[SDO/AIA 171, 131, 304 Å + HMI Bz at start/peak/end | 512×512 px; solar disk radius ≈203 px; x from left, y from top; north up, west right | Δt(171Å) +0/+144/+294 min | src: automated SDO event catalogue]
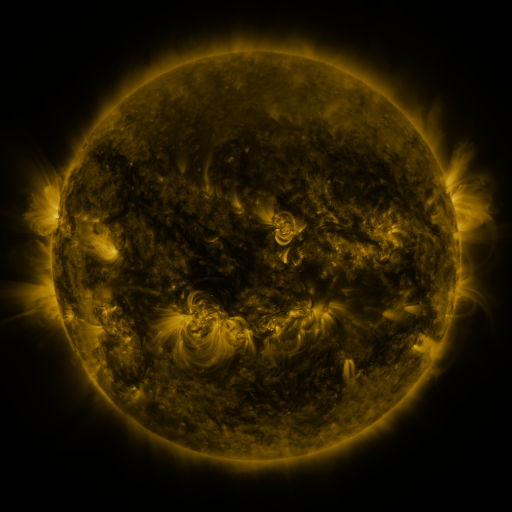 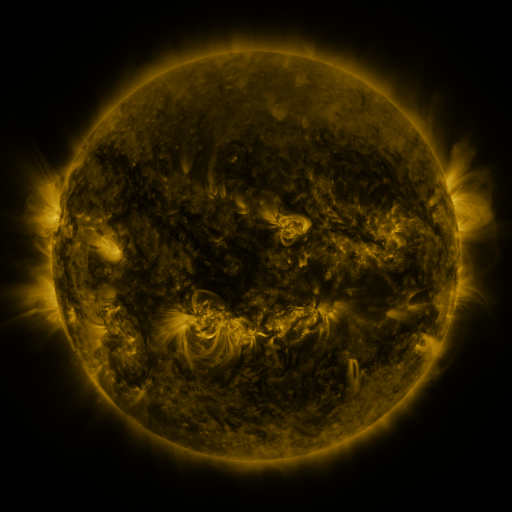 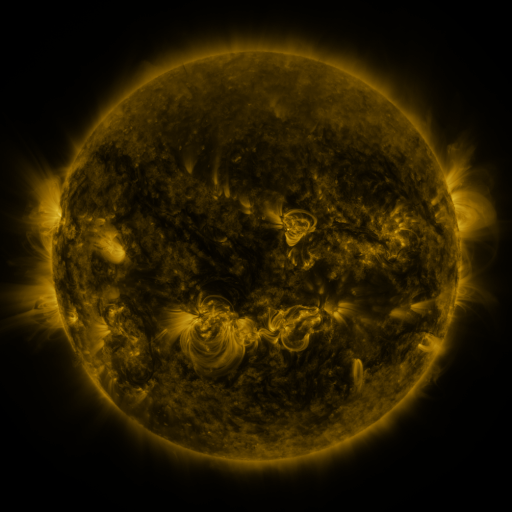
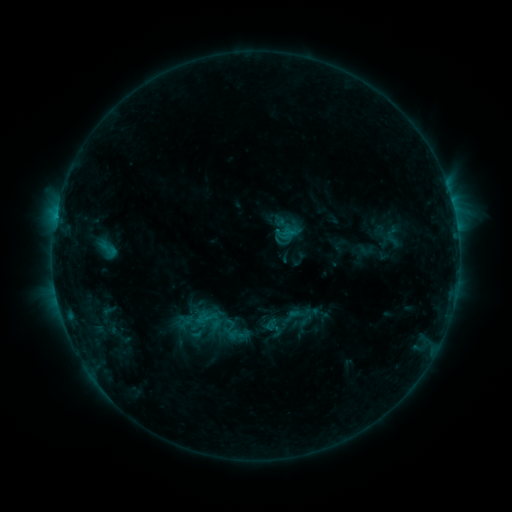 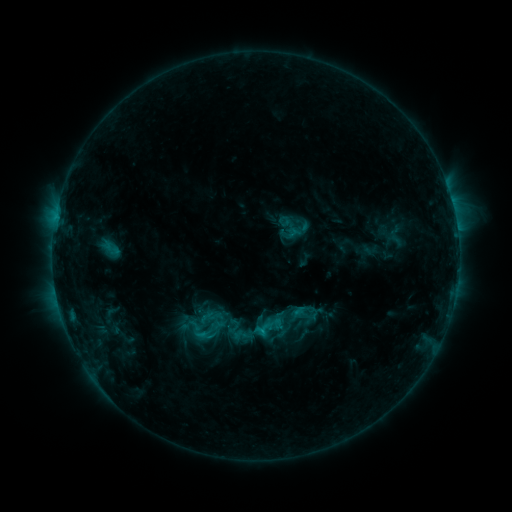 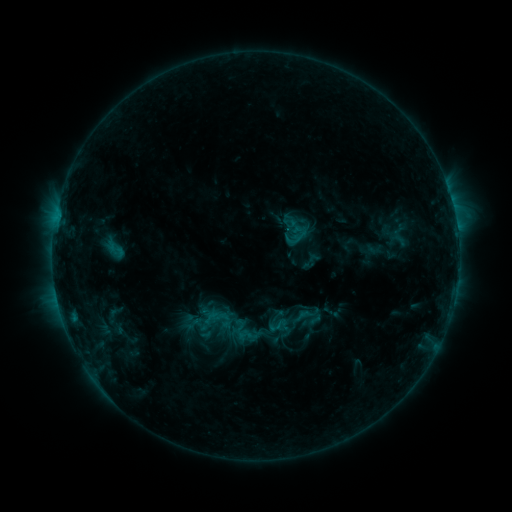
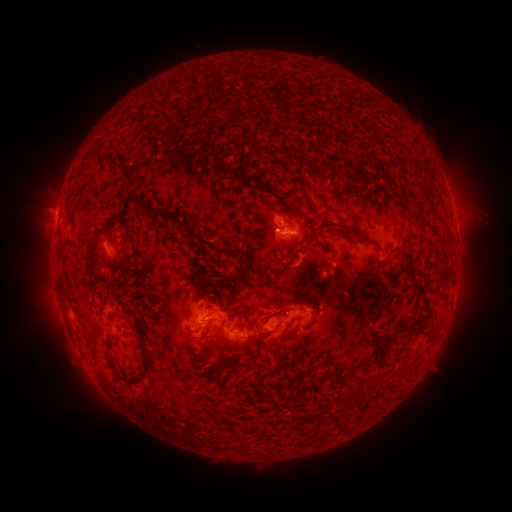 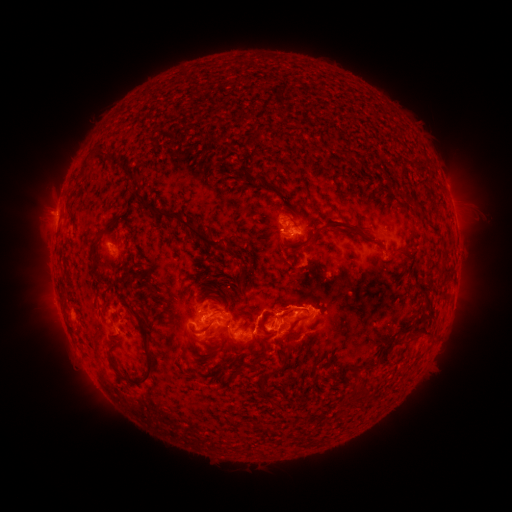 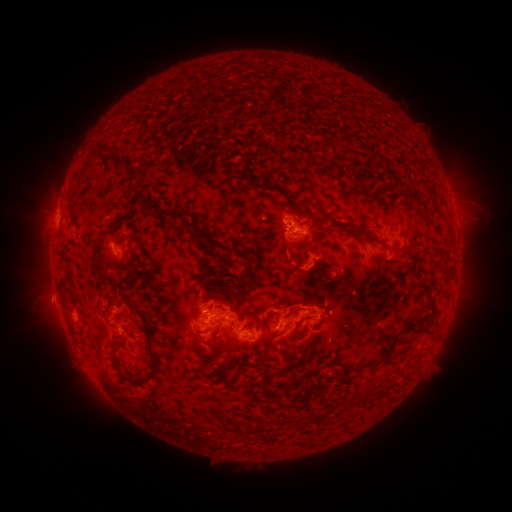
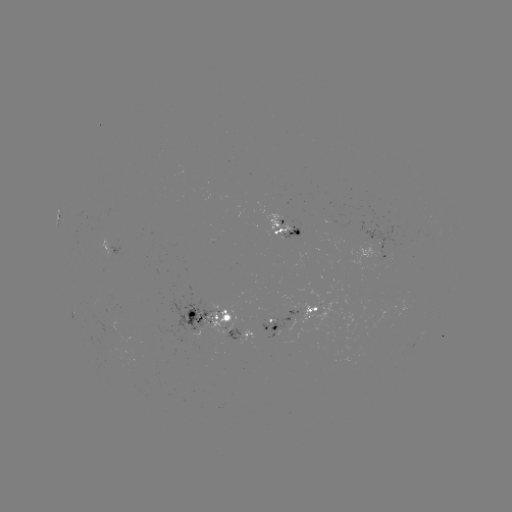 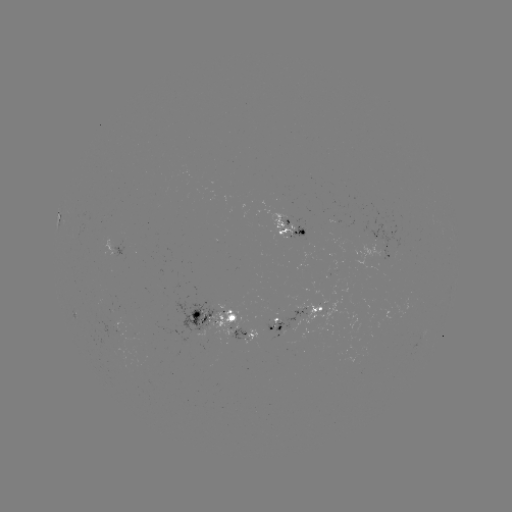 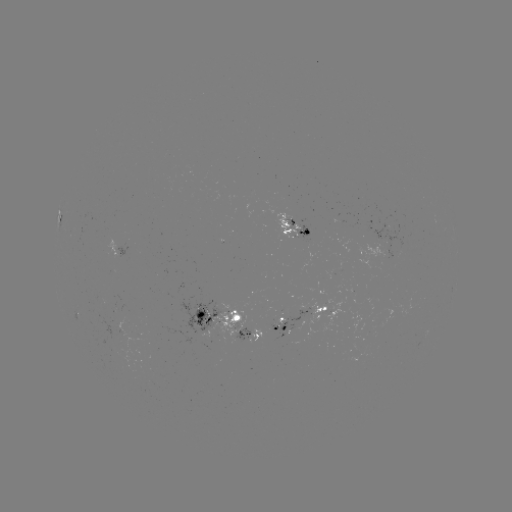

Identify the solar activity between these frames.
filament eruption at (253, 358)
